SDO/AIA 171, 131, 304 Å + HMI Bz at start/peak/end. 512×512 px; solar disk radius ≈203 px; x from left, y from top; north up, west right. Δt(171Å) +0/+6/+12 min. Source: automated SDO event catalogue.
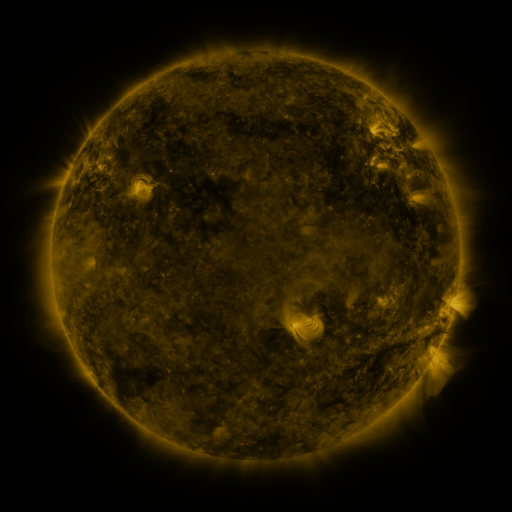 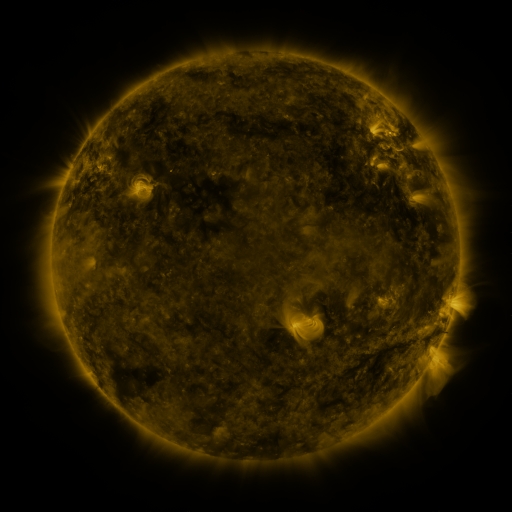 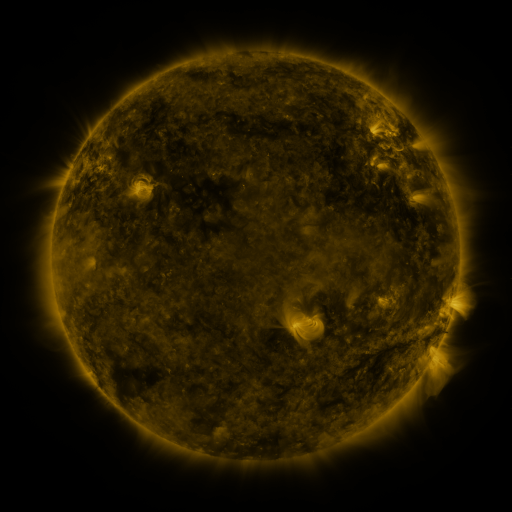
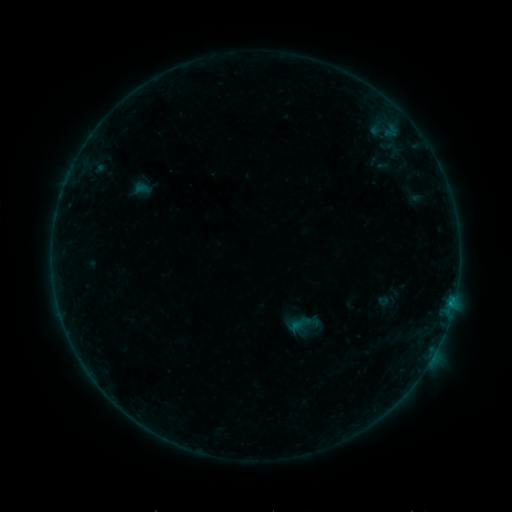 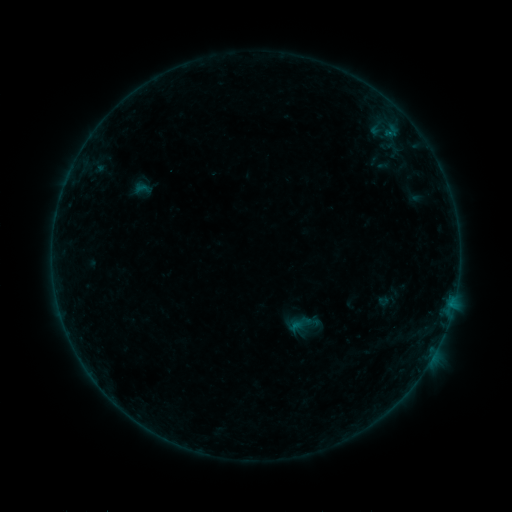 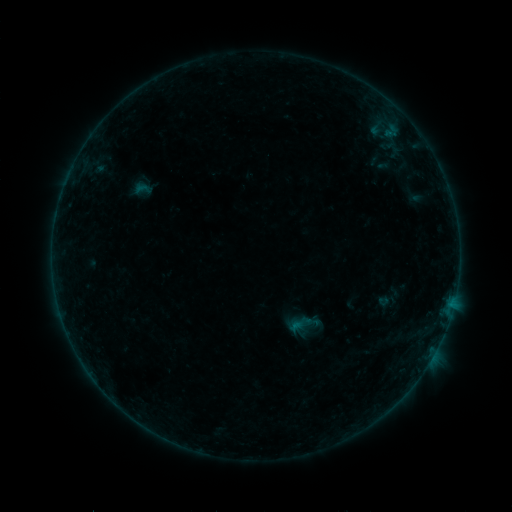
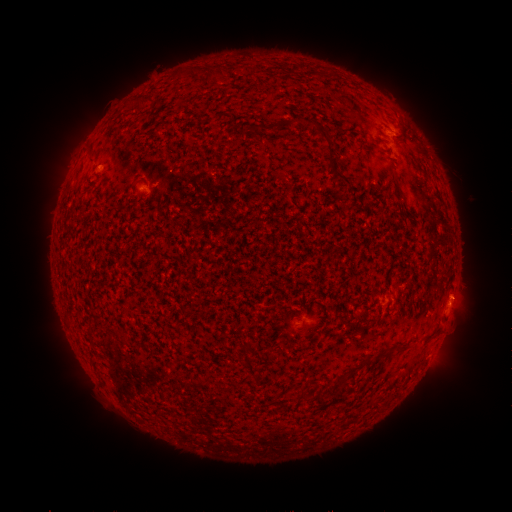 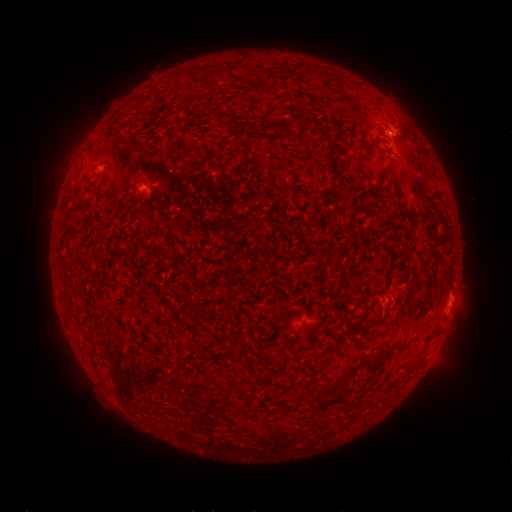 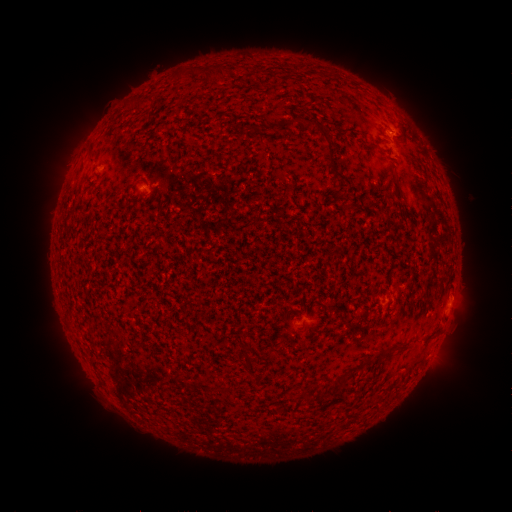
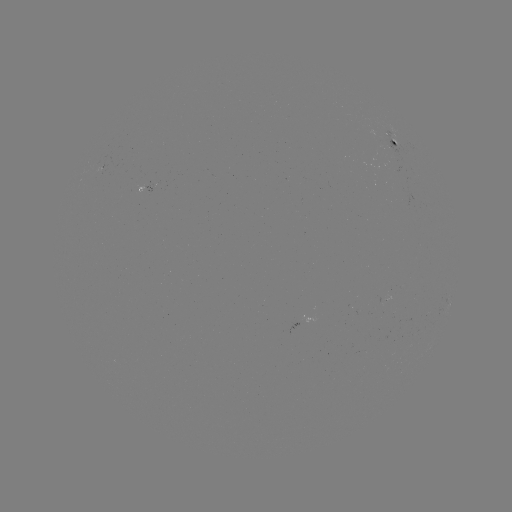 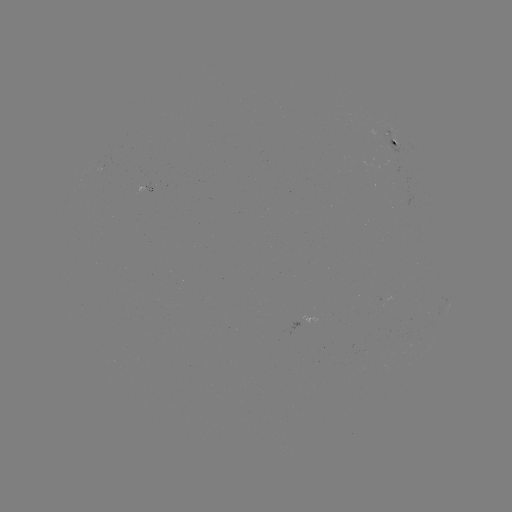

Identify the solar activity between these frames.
B2.5 flare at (451, 295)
